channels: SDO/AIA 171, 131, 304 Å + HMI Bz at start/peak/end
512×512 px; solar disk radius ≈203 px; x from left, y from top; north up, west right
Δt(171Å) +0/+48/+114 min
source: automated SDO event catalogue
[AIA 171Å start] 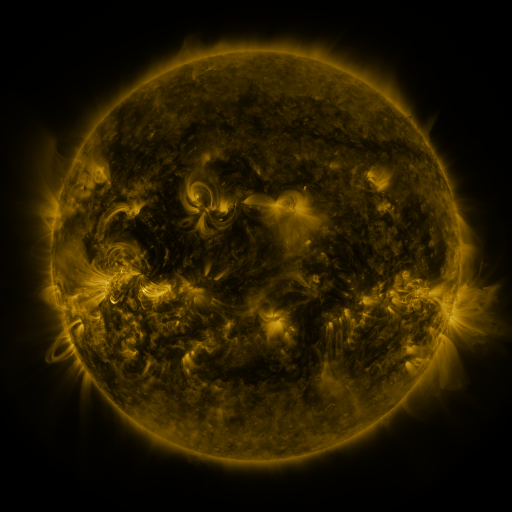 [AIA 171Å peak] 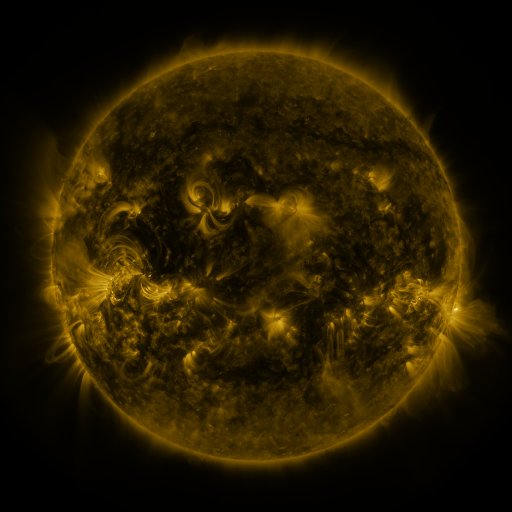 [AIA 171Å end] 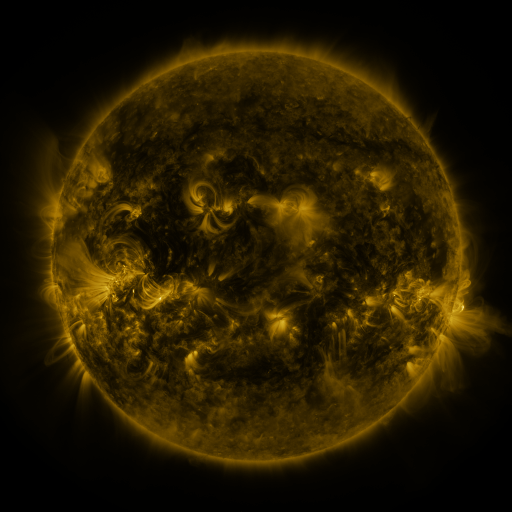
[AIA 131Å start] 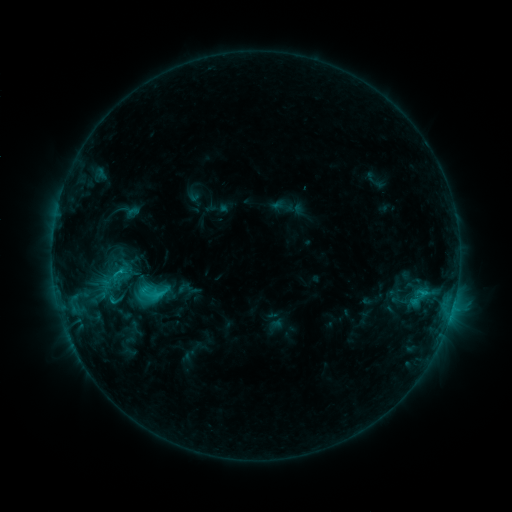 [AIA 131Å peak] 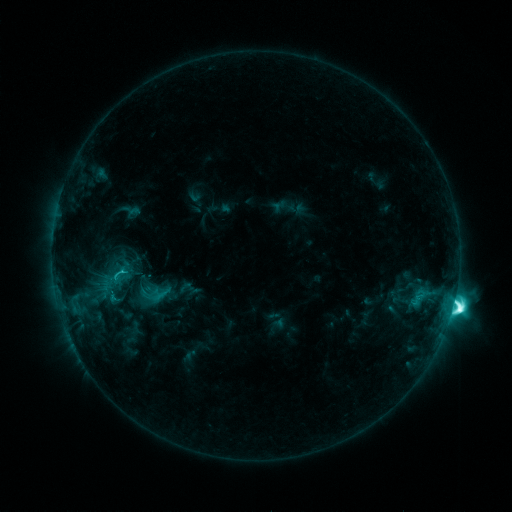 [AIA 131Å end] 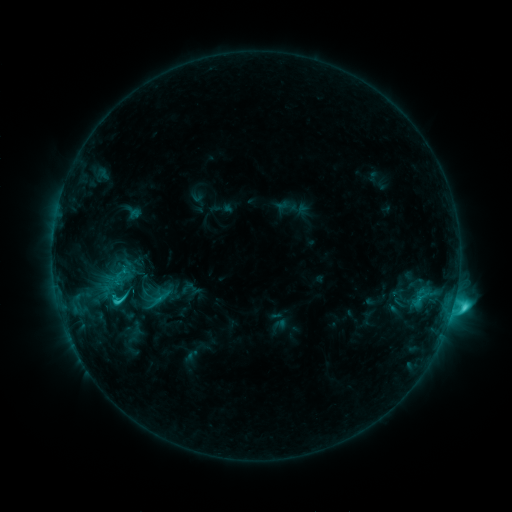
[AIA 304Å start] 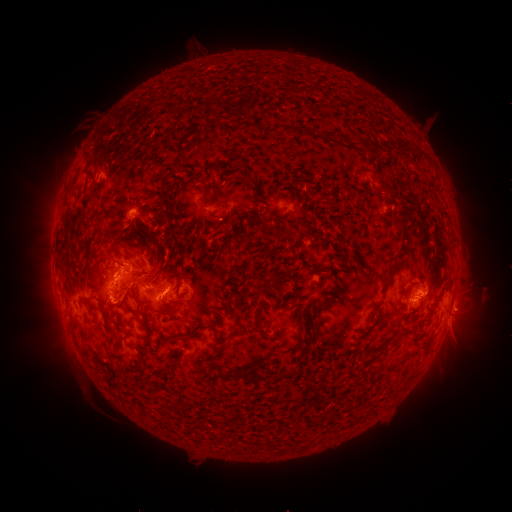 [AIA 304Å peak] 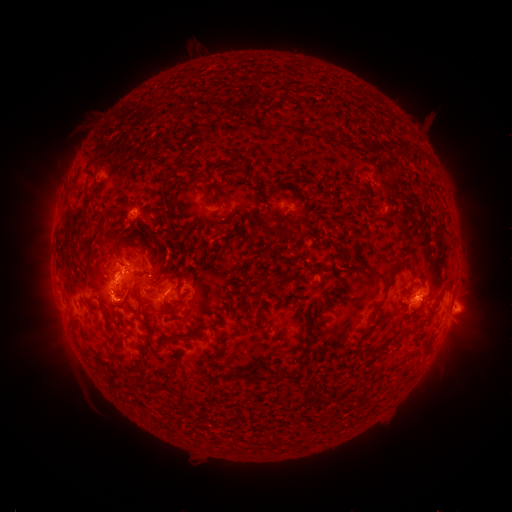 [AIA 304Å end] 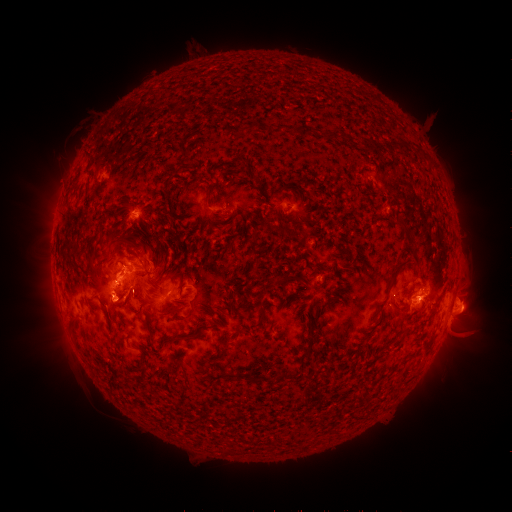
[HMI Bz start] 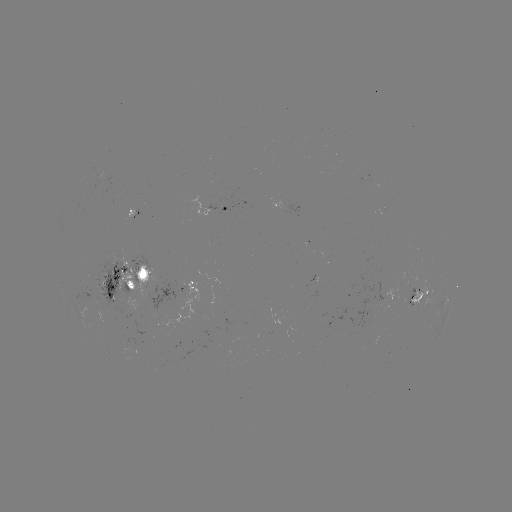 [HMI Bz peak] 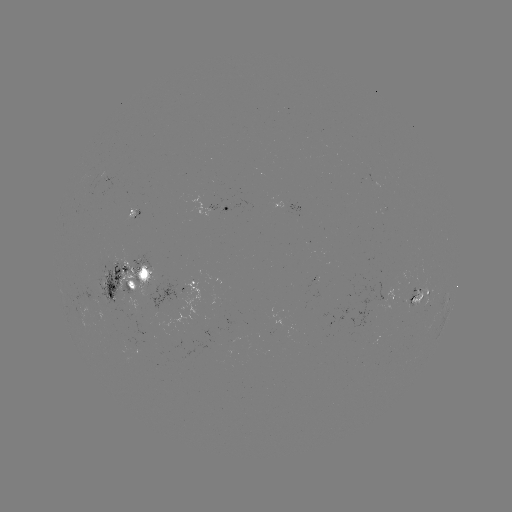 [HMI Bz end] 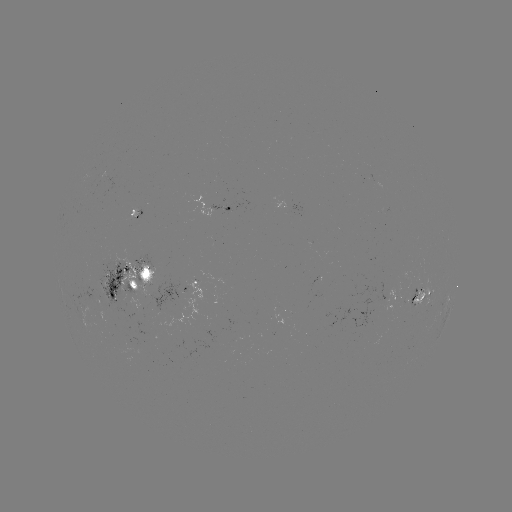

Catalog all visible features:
M1.9 flare: (453, 304)
